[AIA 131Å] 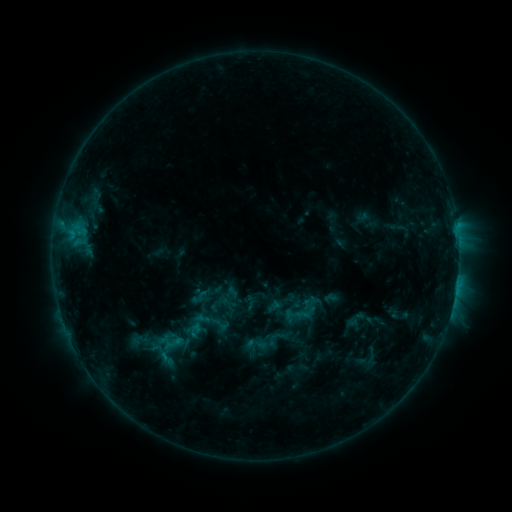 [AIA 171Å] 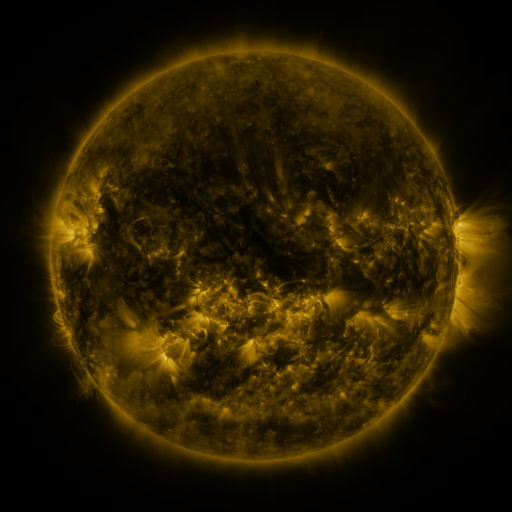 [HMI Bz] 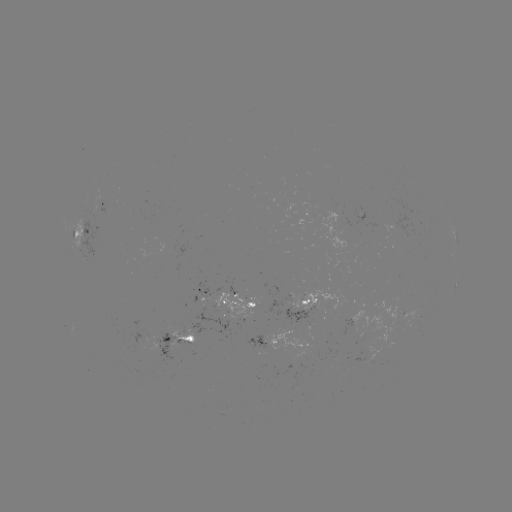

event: sigmoid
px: (200, 296)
